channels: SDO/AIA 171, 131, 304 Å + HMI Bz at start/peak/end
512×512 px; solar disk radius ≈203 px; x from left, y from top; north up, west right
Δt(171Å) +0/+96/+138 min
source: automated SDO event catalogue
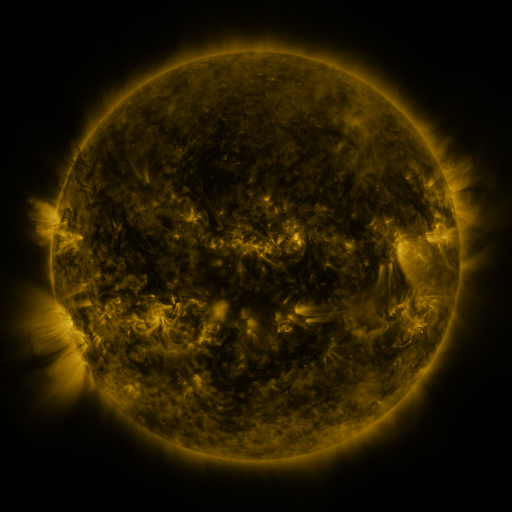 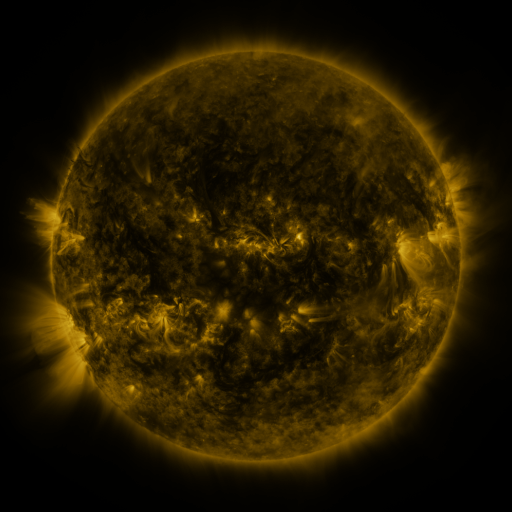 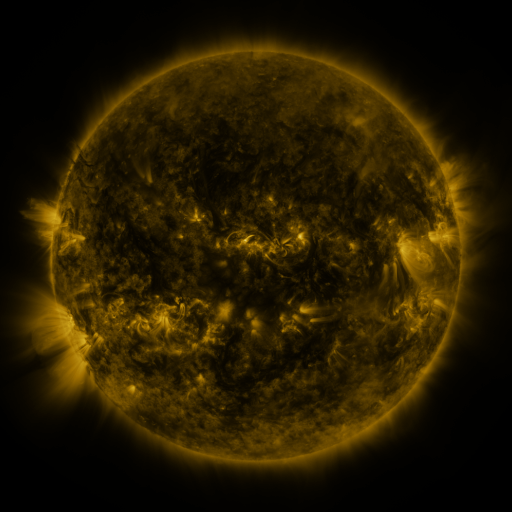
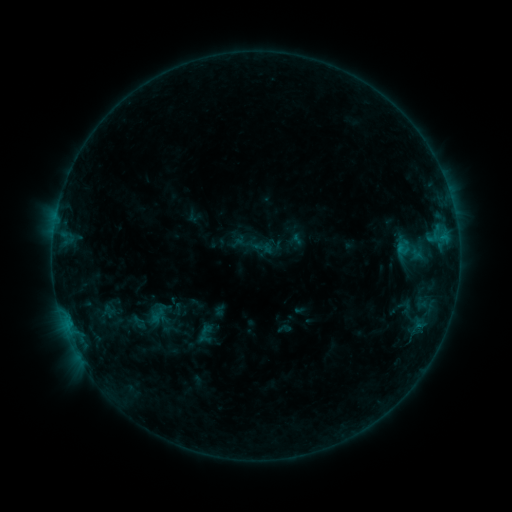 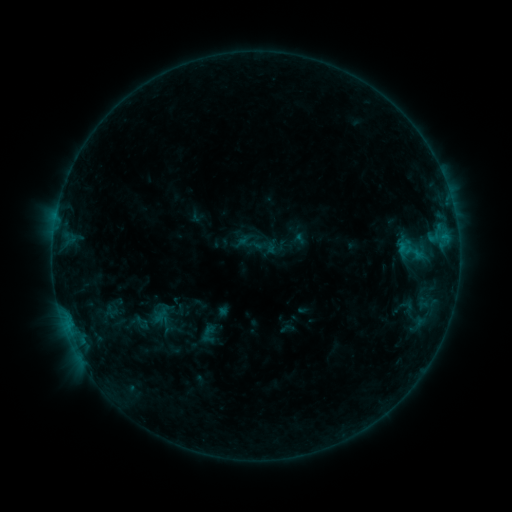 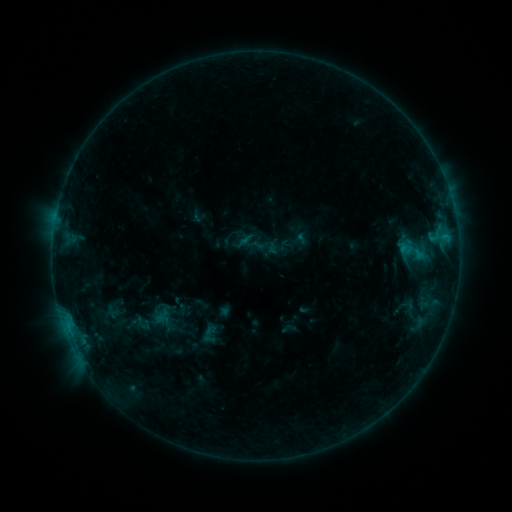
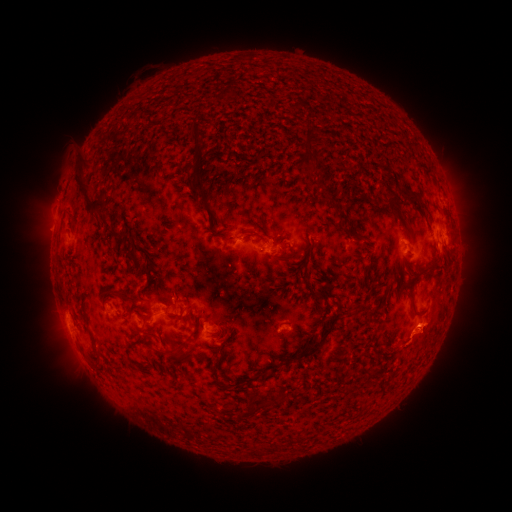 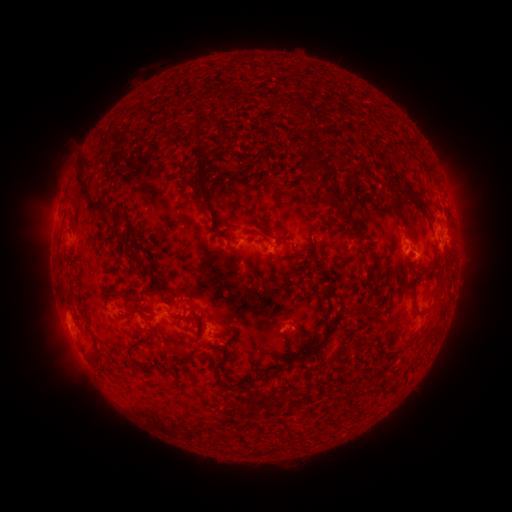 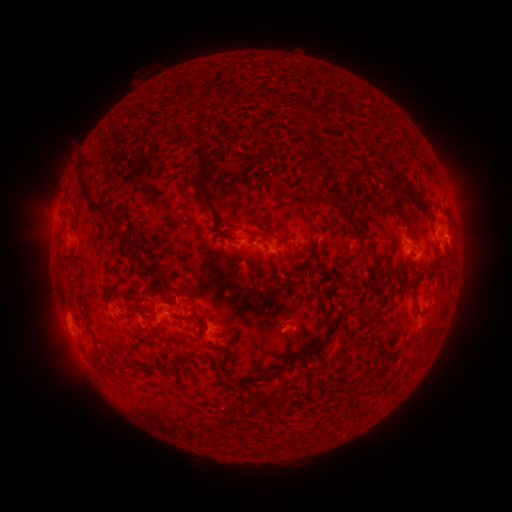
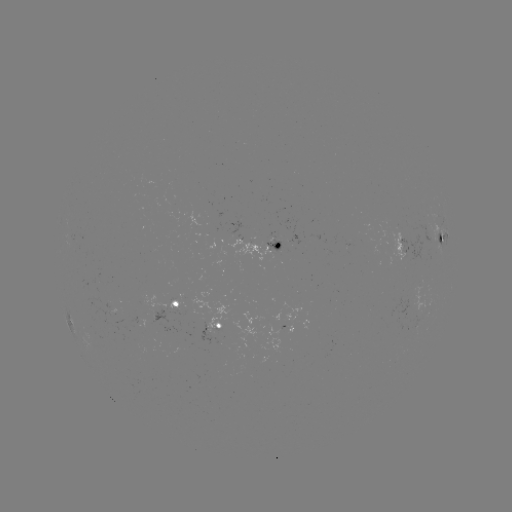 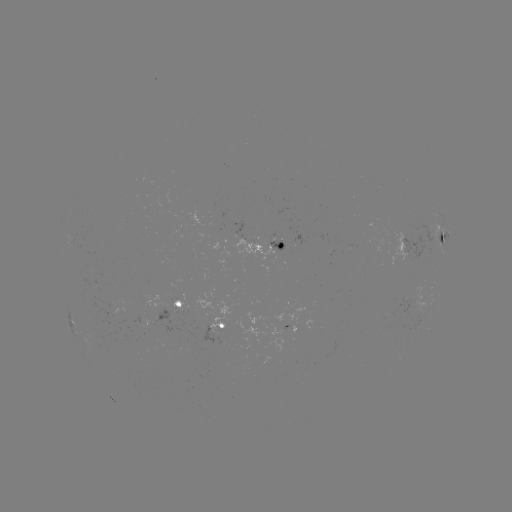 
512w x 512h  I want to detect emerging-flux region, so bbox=[268, 239, 284, 262].